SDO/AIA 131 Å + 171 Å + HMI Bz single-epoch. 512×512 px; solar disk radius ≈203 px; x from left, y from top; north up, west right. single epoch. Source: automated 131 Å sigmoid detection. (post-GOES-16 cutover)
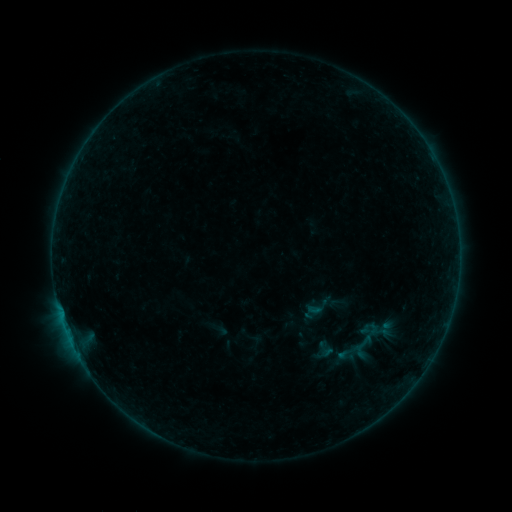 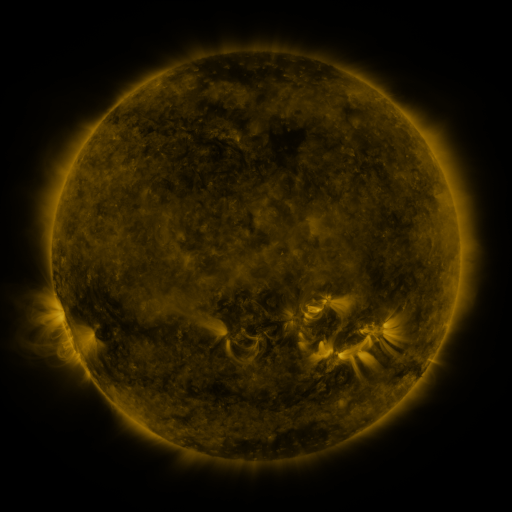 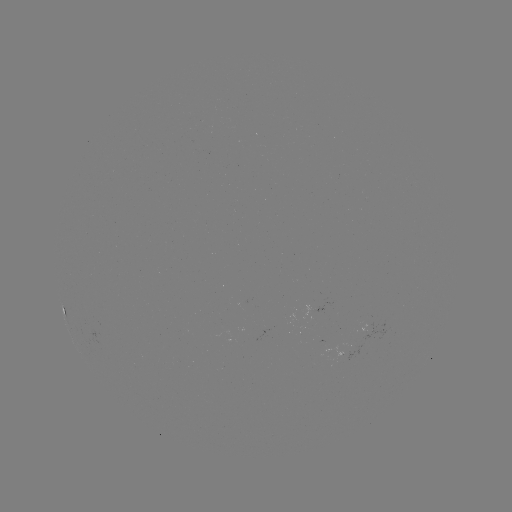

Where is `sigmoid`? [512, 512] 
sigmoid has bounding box [316, 339, 335, 358].